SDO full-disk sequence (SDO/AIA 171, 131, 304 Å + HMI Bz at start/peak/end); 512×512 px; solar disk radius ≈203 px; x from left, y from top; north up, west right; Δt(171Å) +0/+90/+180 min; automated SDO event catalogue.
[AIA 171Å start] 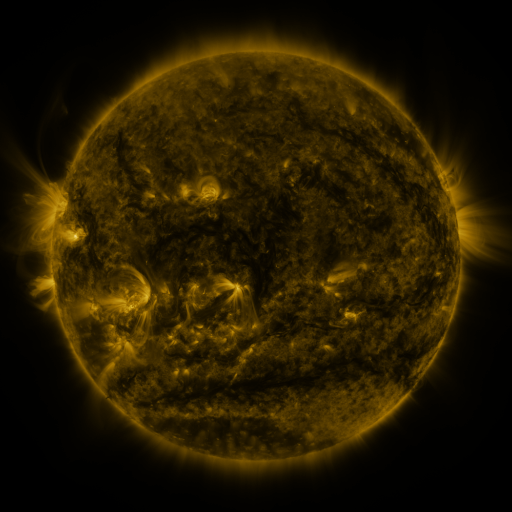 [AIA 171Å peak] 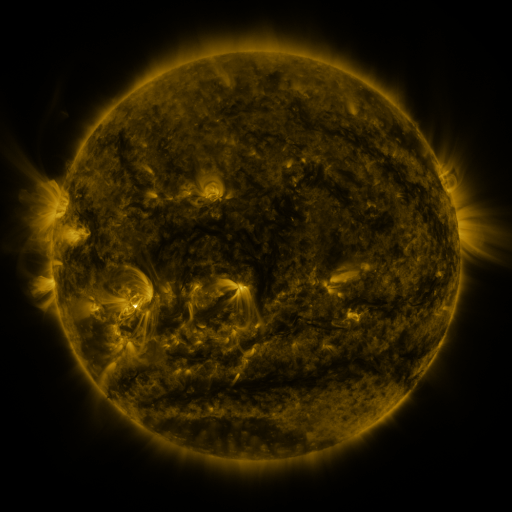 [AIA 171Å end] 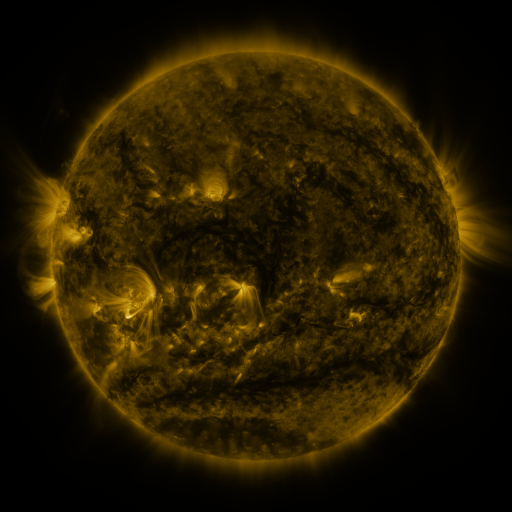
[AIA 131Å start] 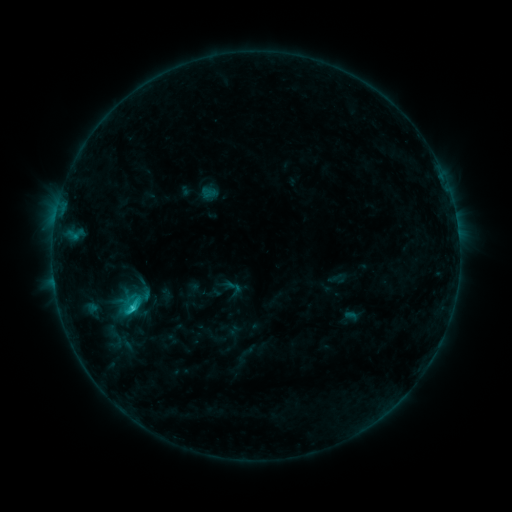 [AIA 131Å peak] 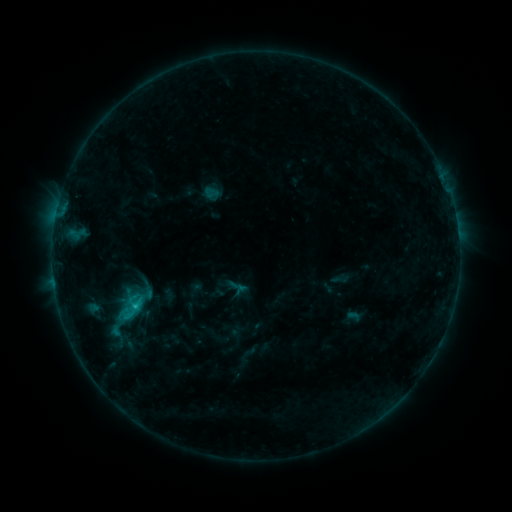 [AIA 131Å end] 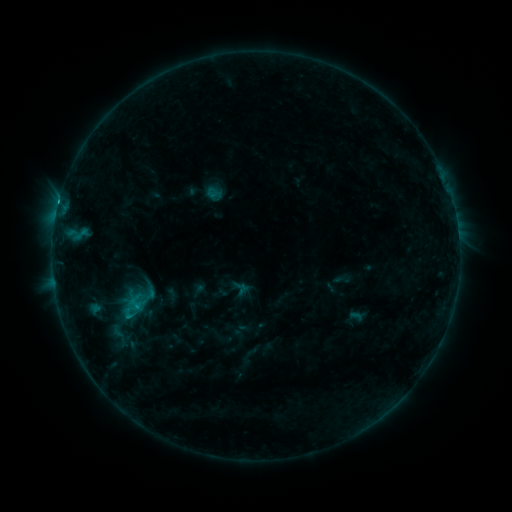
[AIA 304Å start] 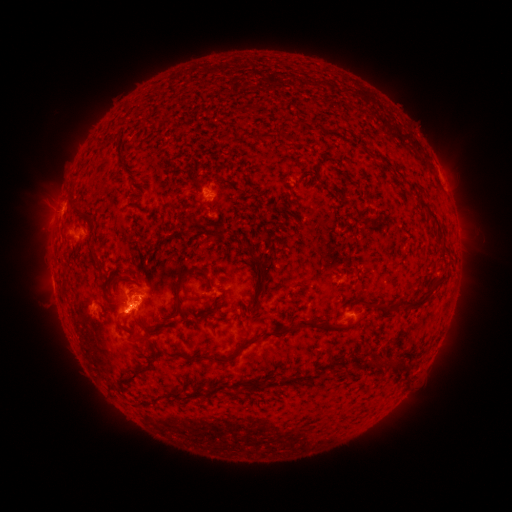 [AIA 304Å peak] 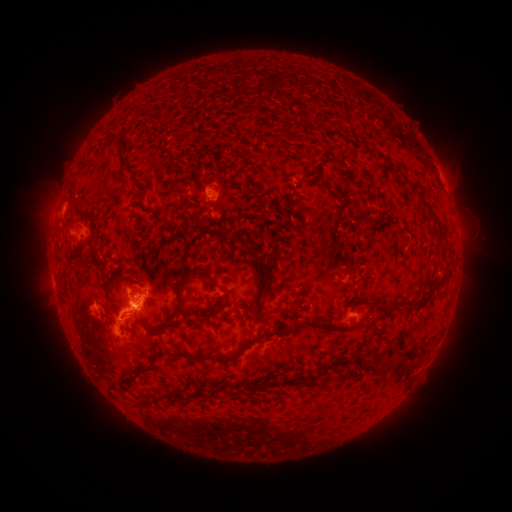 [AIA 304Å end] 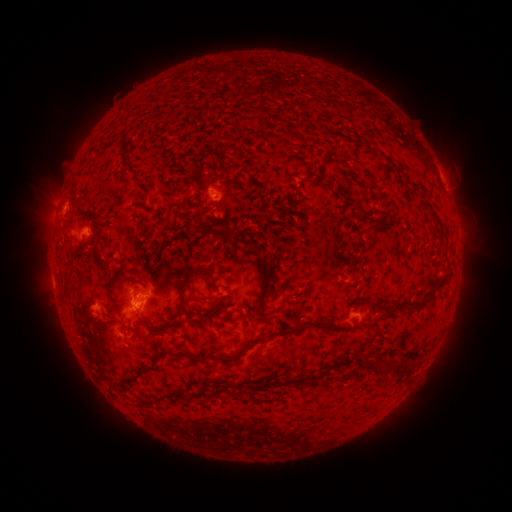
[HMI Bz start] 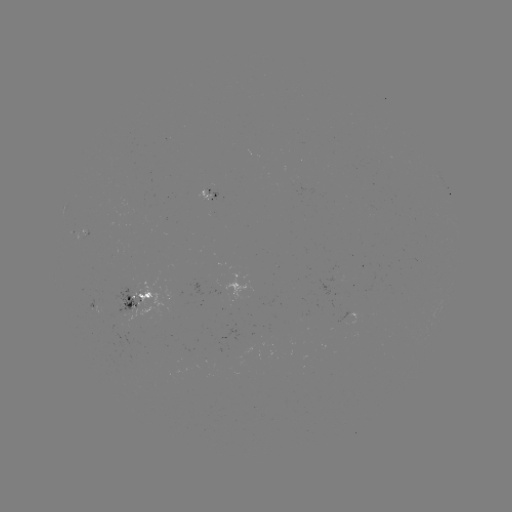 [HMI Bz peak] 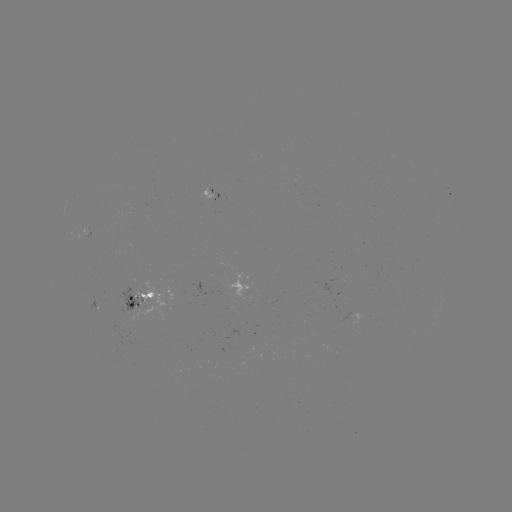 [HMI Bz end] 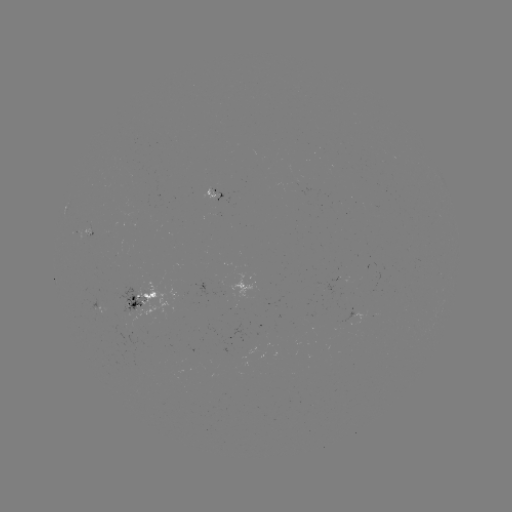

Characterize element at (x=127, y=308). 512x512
filament eruption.